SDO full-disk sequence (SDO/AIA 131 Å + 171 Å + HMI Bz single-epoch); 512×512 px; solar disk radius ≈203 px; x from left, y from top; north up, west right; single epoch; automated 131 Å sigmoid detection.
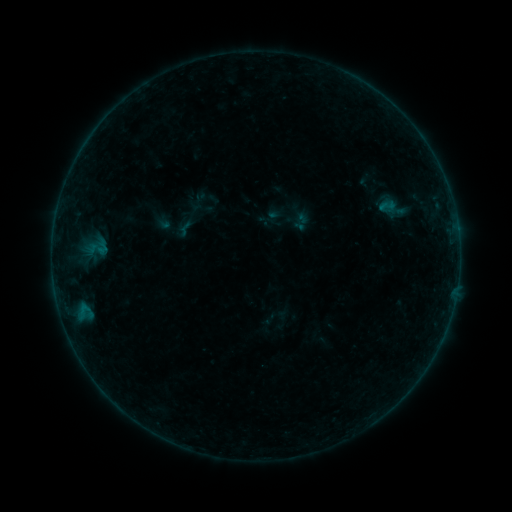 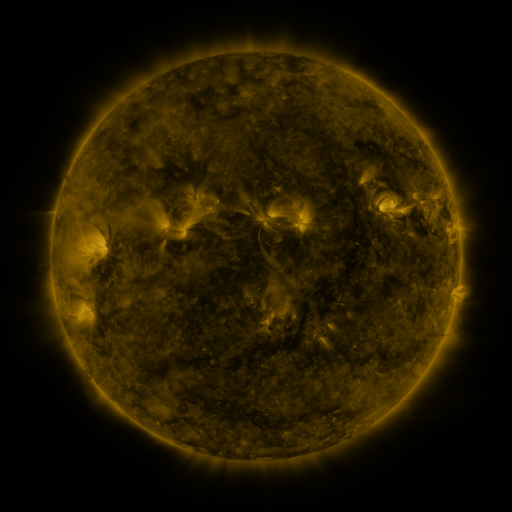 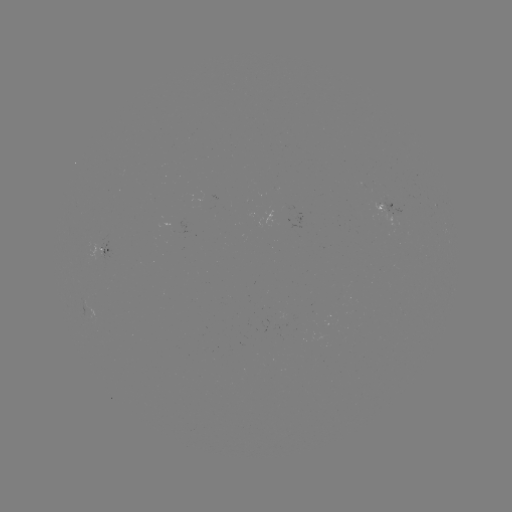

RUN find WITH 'sigmoid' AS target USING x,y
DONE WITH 387,206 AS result